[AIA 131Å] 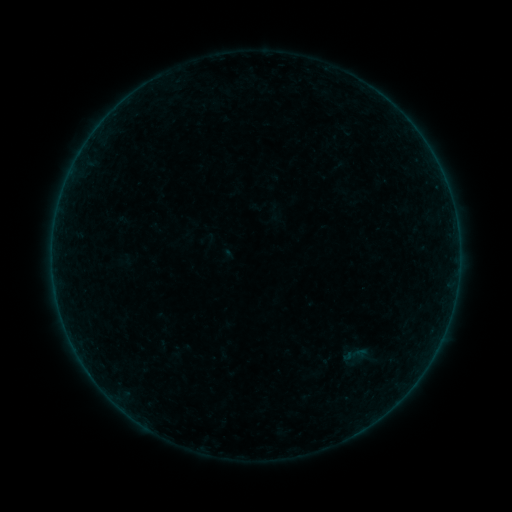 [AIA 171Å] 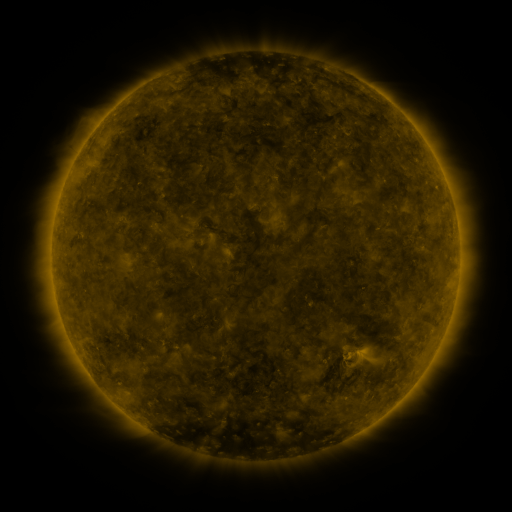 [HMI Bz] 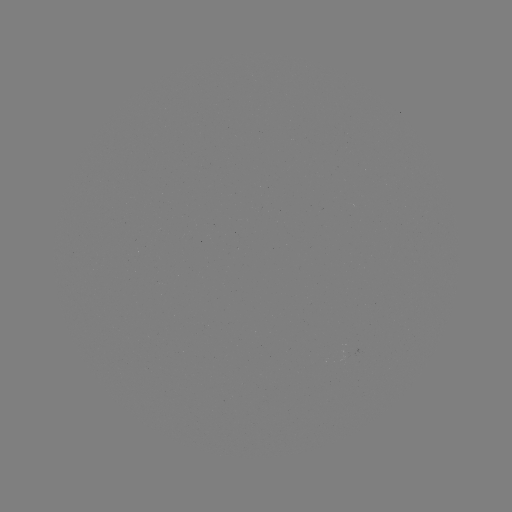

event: sigmoid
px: (355, 356)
